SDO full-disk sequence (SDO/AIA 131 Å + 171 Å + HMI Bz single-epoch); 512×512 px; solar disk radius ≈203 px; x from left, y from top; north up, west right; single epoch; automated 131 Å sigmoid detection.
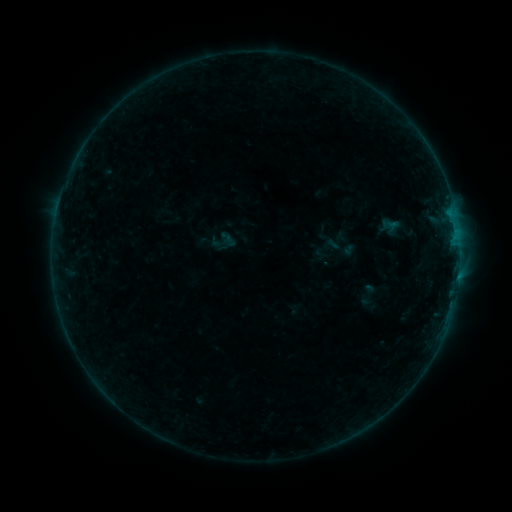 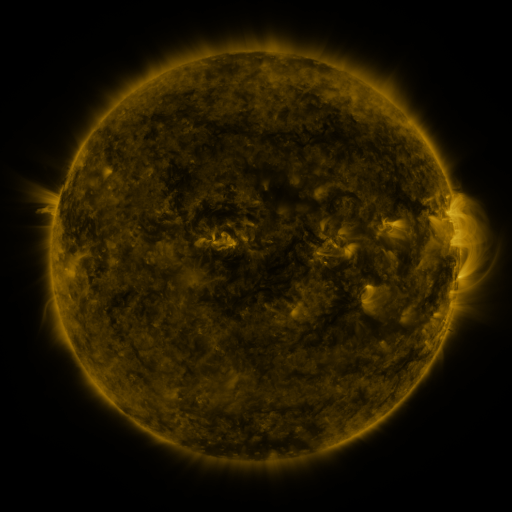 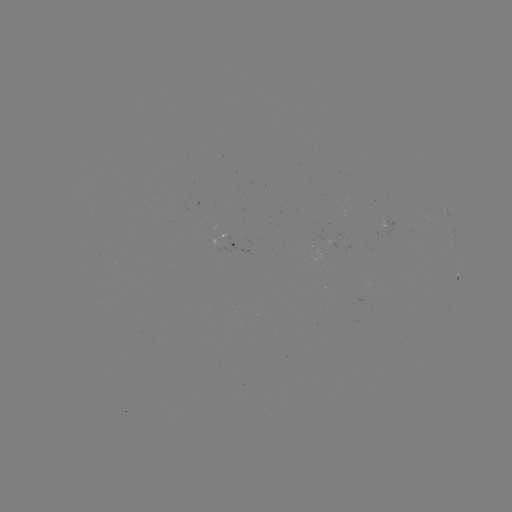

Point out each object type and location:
sigmoid: [209, 227, 239, 257]
